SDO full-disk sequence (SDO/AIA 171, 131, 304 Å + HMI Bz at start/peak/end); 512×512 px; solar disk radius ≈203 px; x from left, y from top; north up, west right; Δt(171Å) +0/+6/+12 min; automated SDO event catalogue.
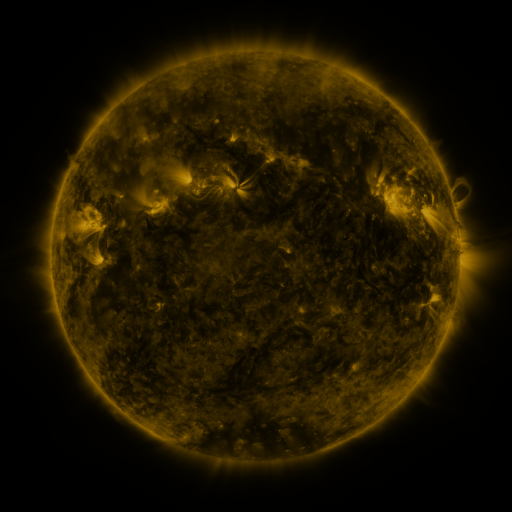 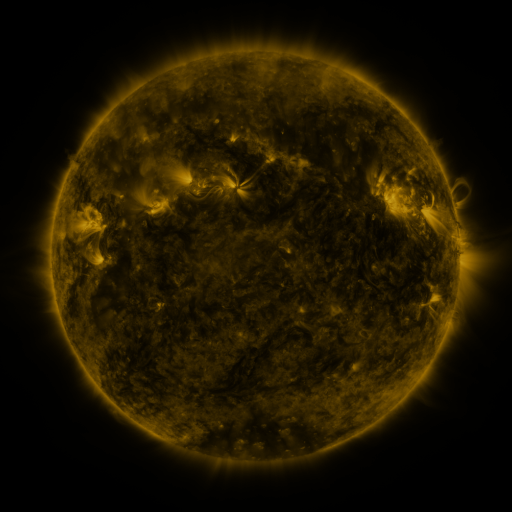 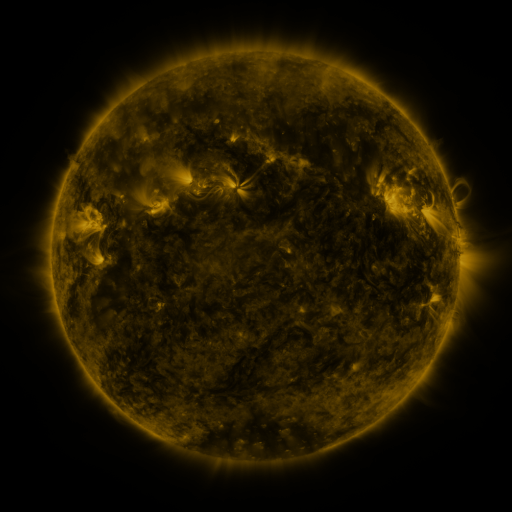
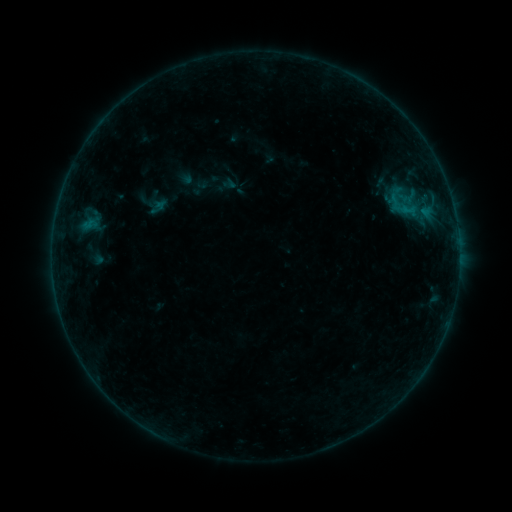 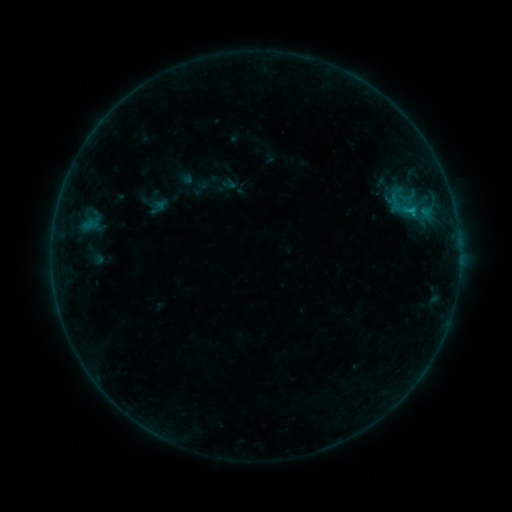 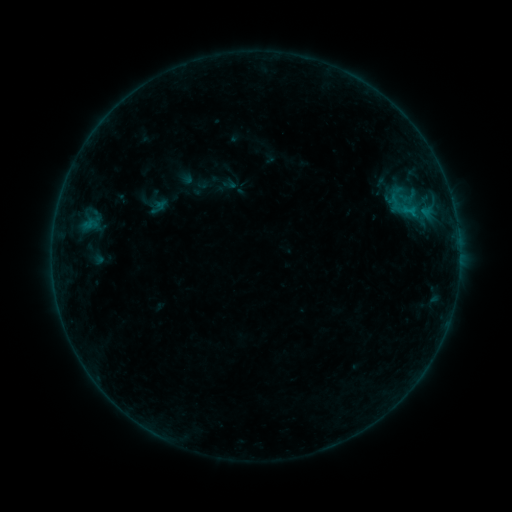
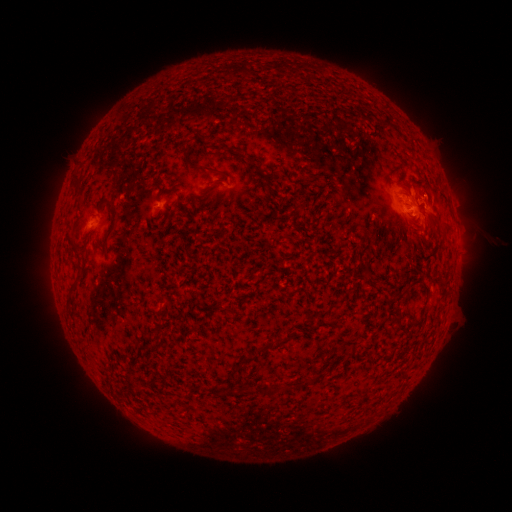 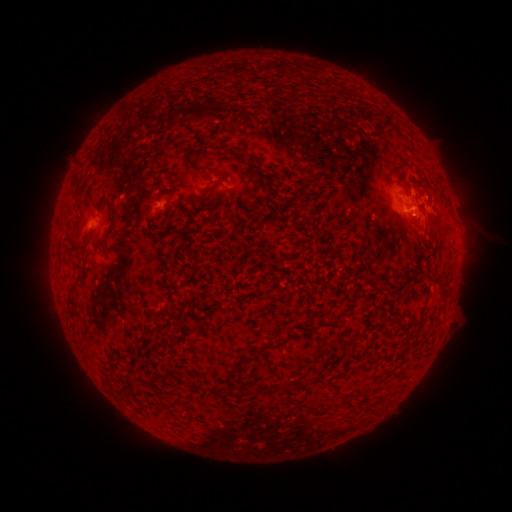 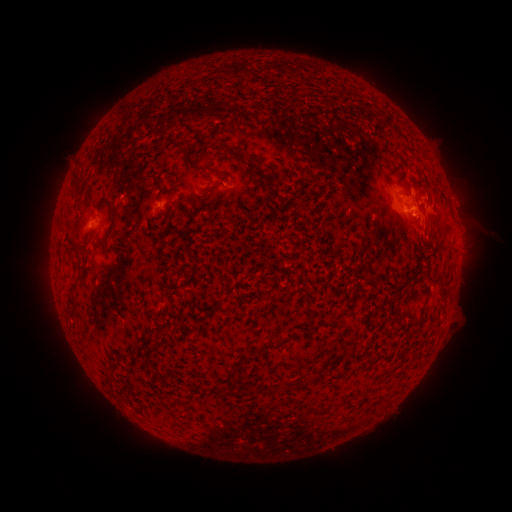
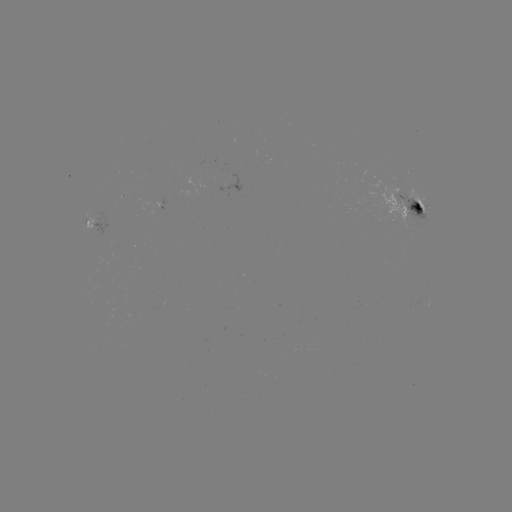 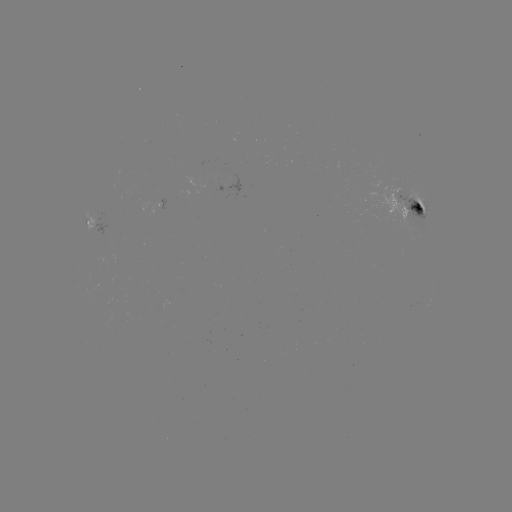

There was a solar flare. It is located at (410, 212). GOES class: B4.8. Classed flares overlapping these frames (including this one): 1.